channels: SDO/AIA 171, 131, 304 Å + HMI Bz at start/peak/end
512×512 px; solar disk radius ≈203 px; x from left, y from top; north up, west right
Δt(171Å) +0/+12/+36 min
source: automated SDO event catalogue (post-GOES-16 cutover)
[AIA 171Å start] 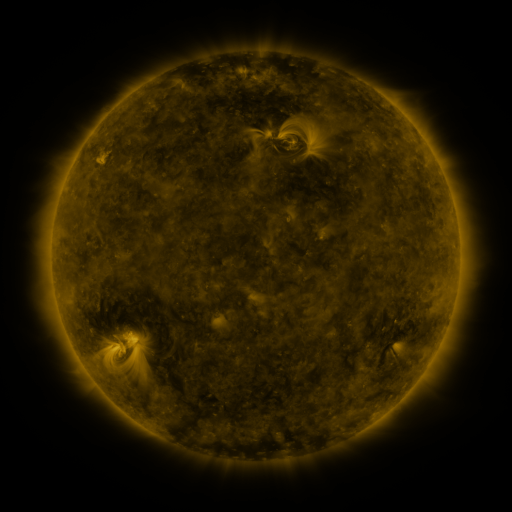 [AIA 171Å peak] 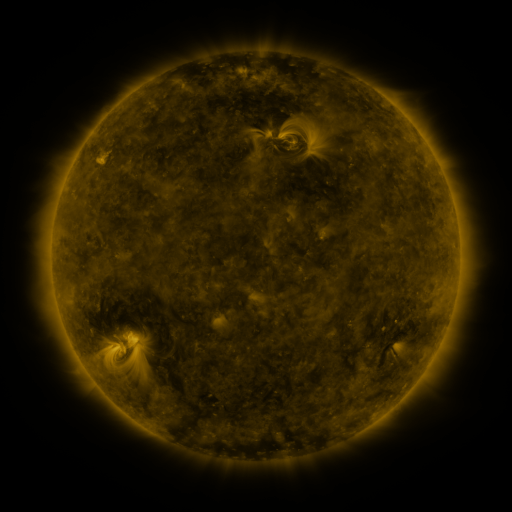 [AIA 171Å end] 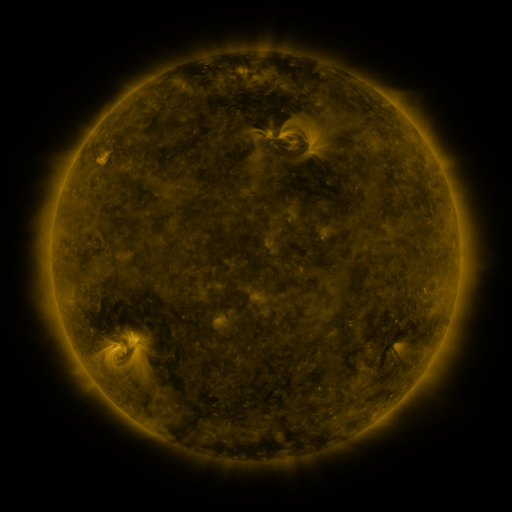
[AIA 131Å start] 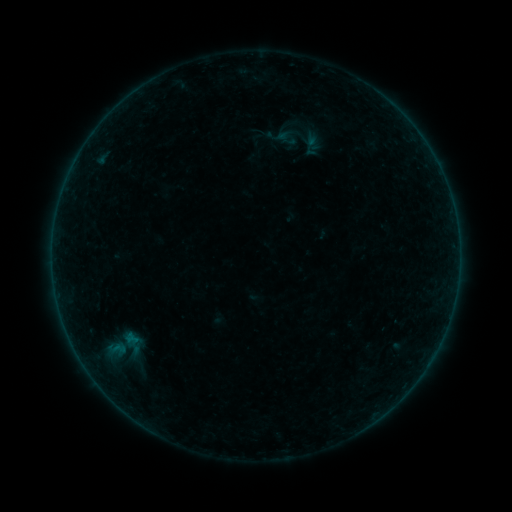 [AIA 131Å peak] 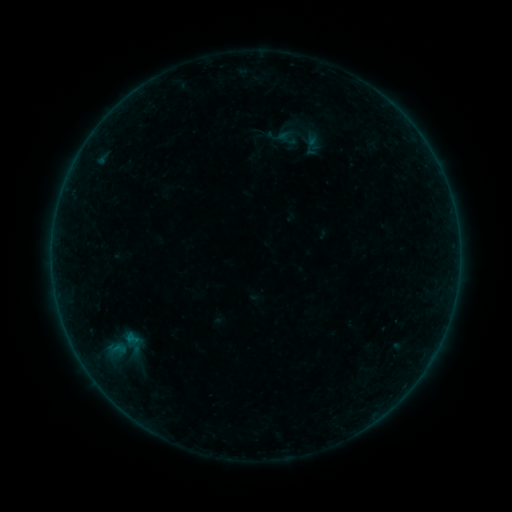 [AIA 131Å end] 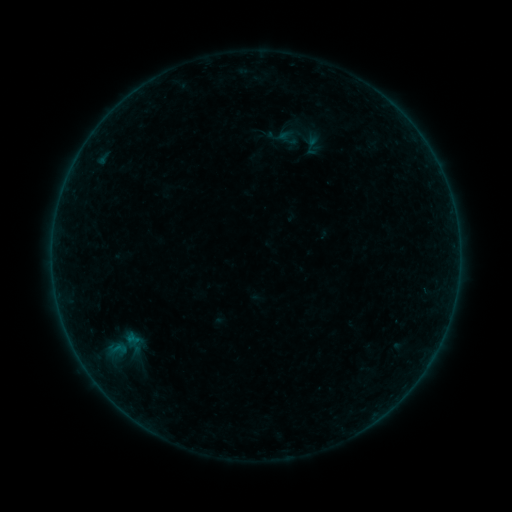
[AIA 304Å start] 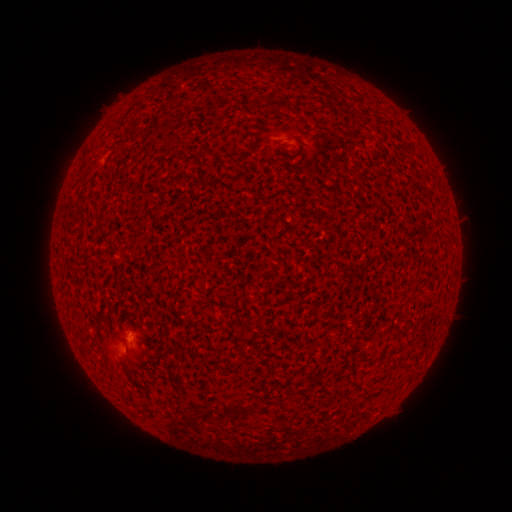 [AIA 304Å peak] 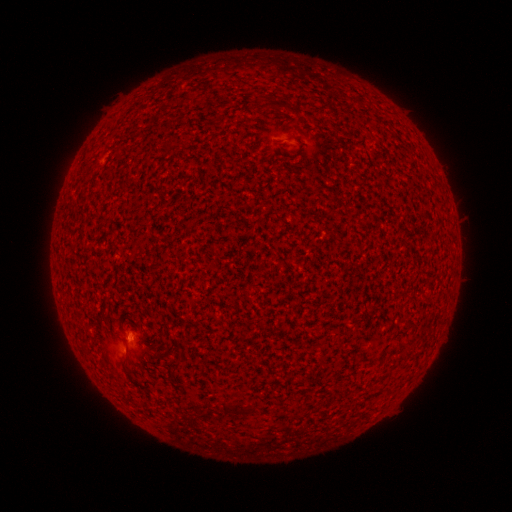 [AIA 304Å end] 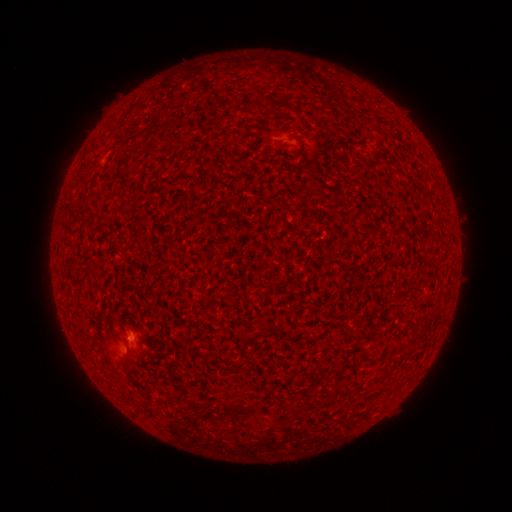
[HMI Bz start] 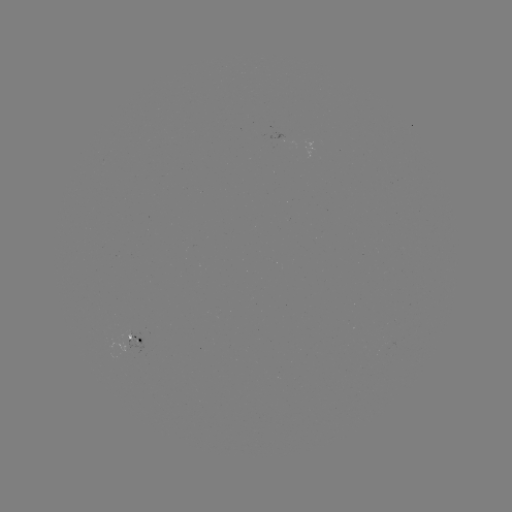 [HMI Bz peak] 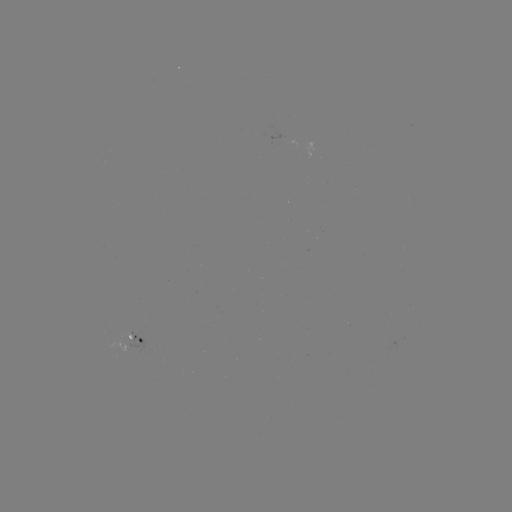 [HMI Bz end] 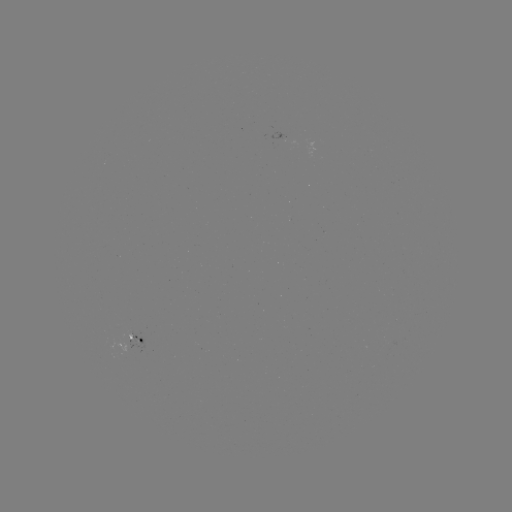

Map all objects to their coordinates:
B1.1 flare: (131, 338)
